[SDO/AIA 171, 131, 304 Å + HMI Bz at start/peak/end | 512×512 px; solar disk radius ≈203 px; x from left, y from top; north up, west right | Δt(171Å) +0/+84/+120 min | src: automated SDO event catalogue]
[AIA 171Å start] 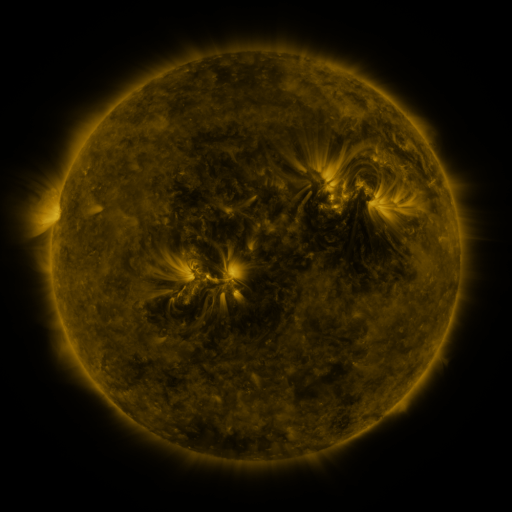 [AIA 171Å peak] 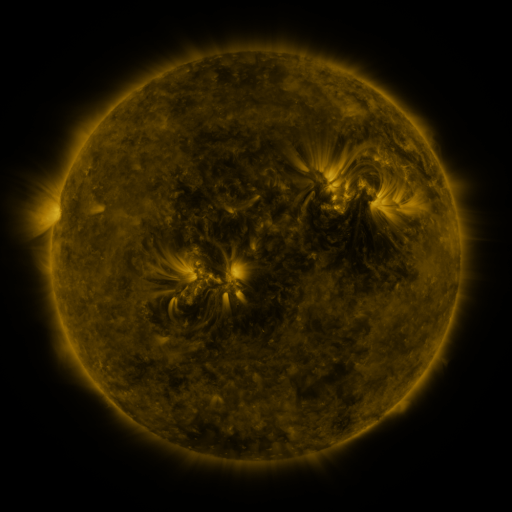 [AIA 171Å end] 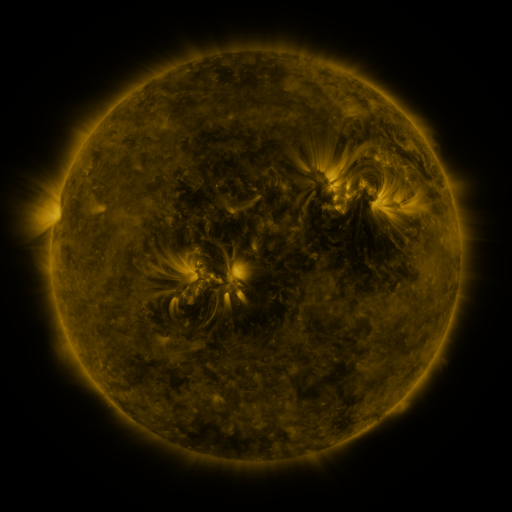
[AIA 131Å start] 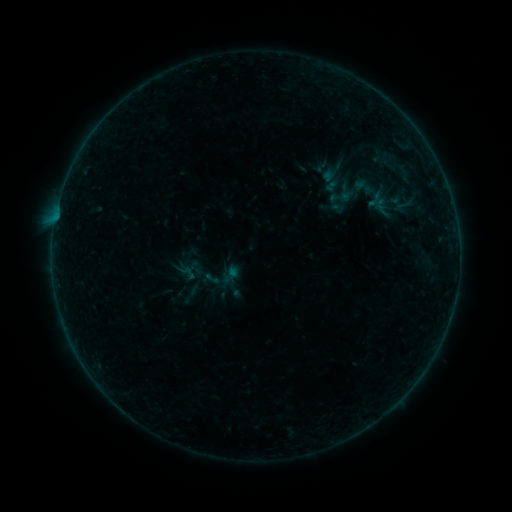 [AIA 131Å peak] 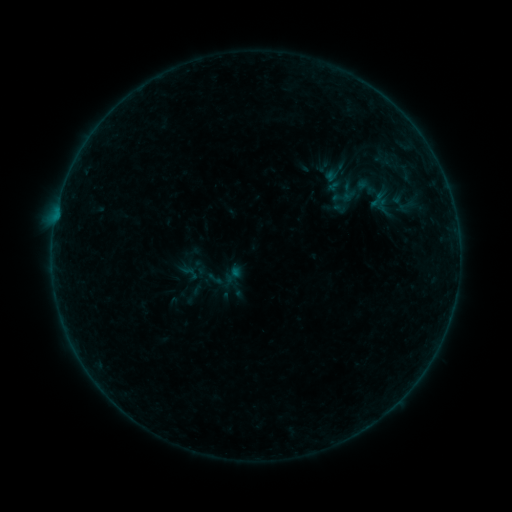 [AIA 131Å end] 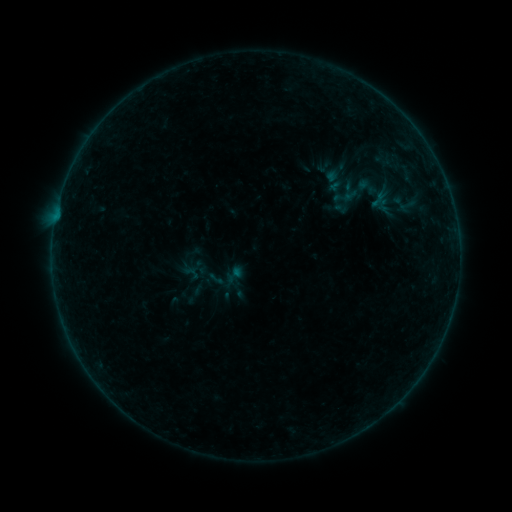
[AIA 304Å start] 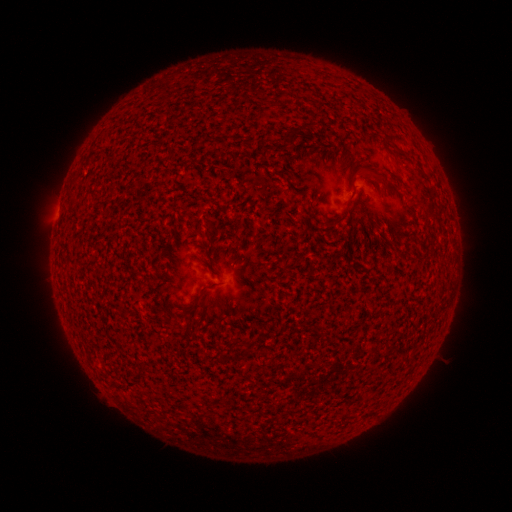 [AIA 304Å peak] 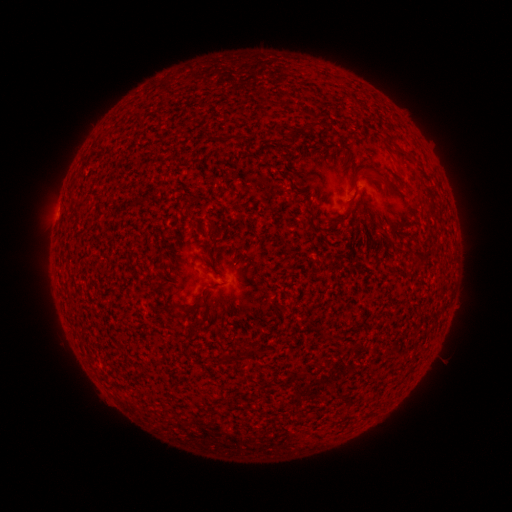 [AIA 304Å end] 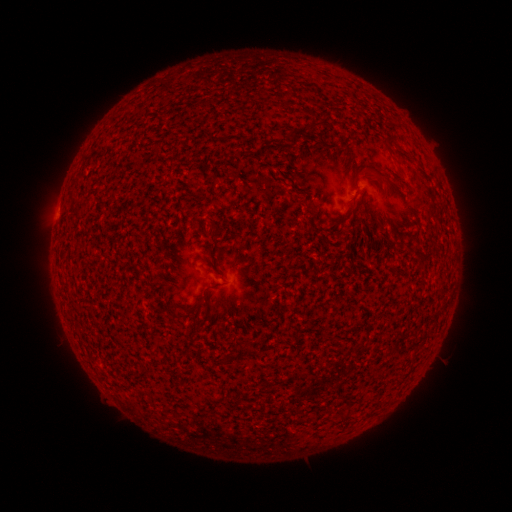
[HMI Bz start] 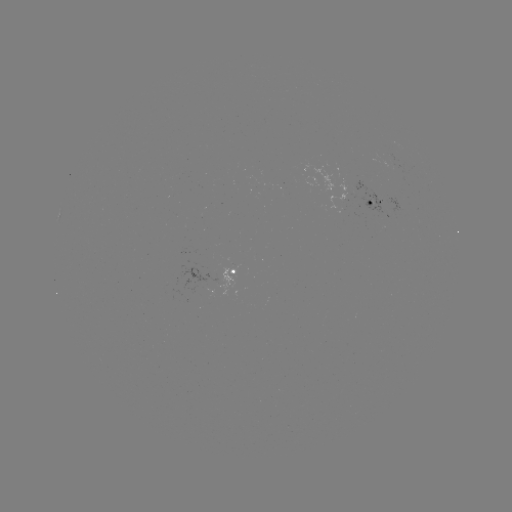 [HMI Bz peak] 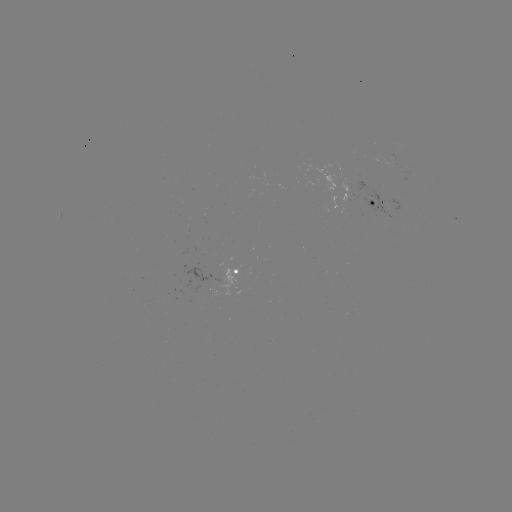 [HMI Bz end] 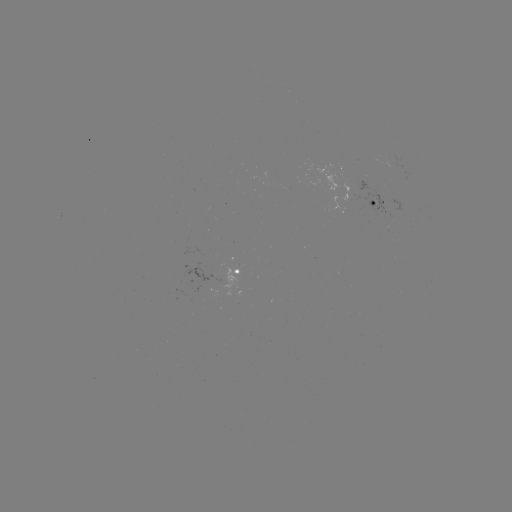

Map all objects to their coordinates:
emerging-flux region: (234, 271)
